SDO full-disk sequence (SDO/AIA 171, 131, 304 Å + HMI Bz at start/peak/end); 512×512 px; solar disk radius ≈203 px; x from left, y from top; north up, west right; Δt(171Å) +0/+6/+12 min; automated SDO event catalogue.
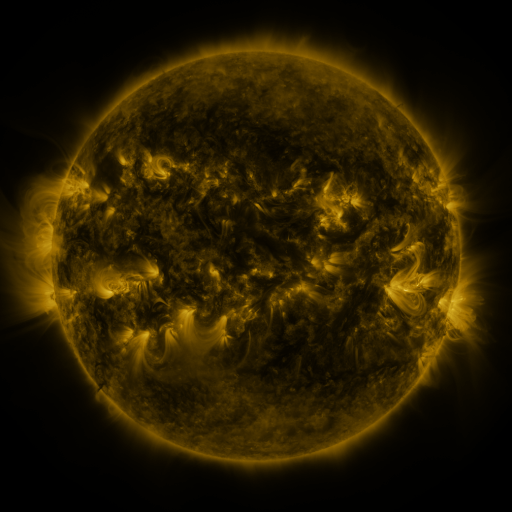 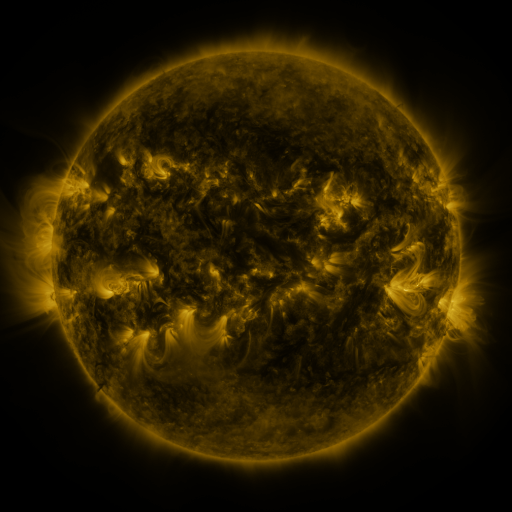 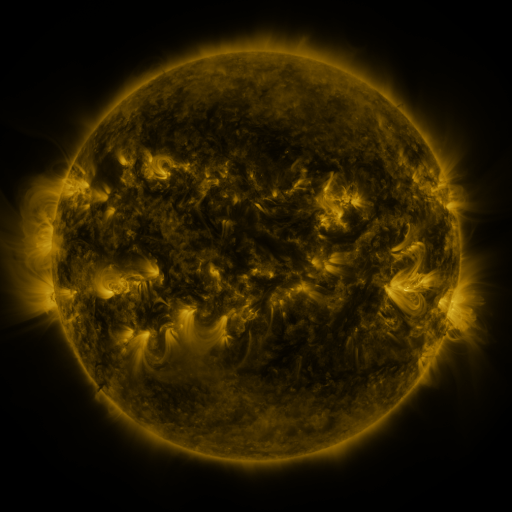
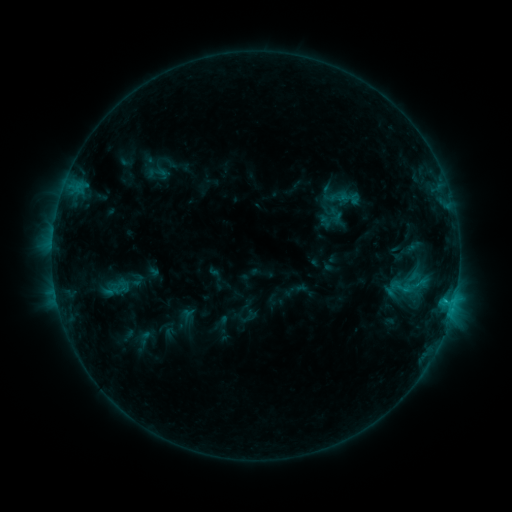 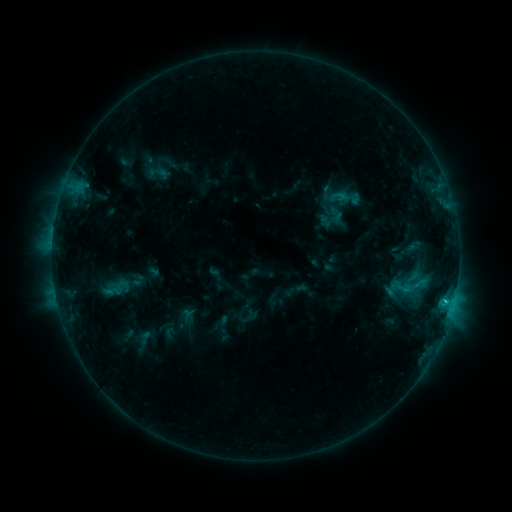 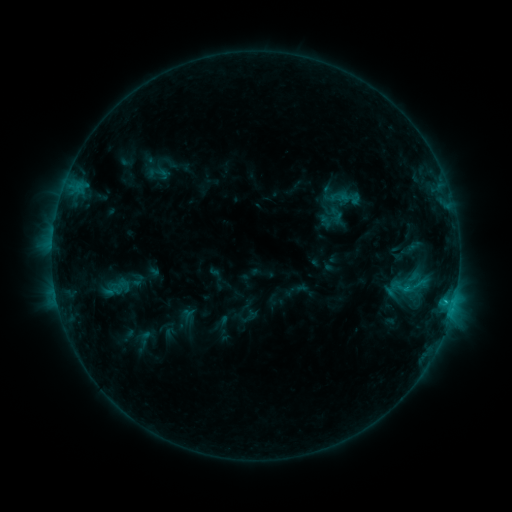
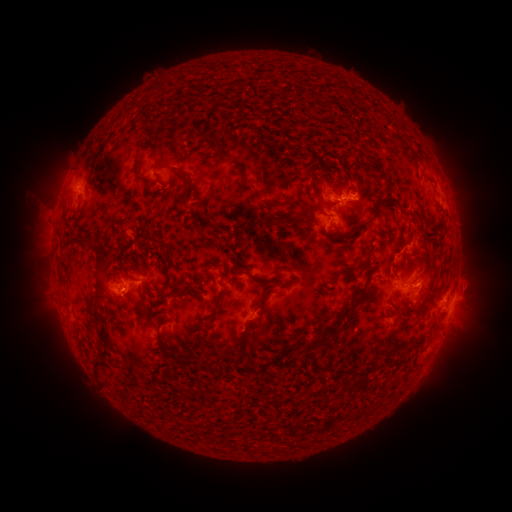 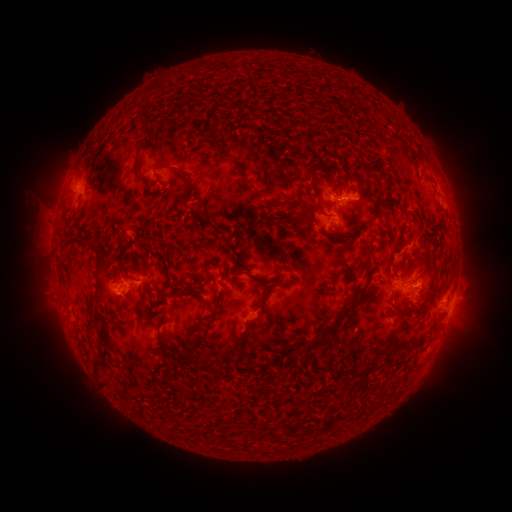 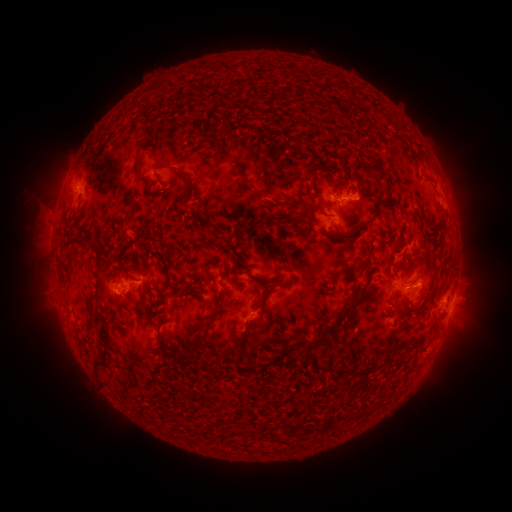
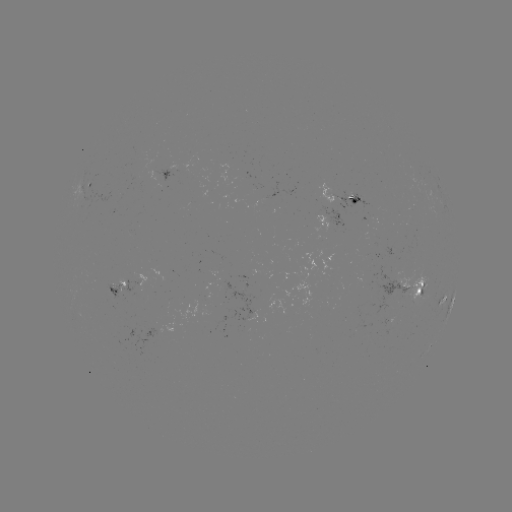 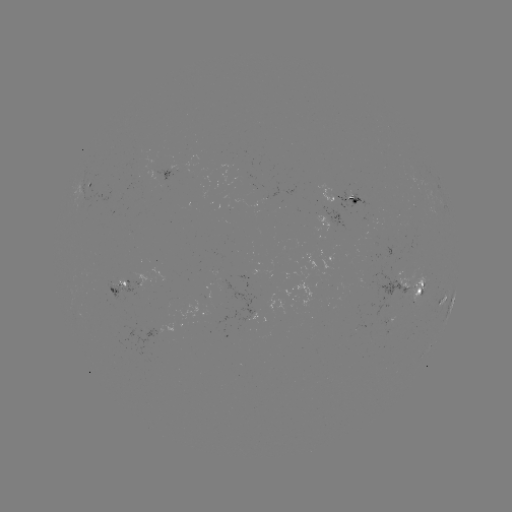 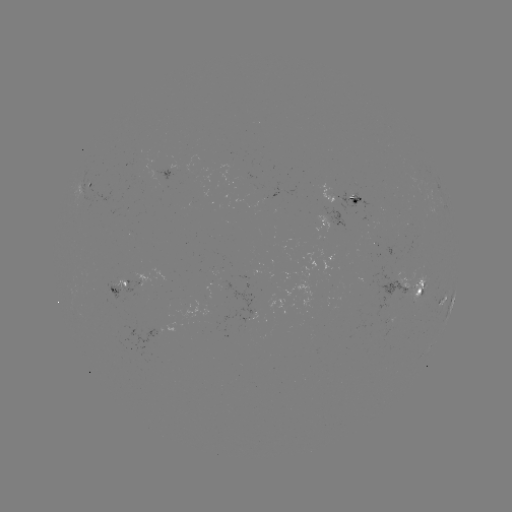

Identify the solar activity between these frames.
C1.4 flare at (446, 298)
